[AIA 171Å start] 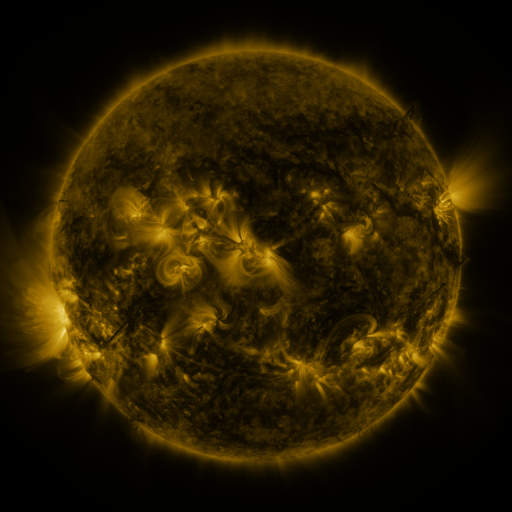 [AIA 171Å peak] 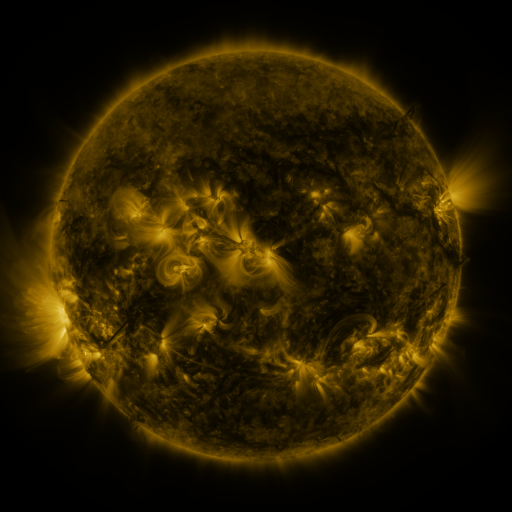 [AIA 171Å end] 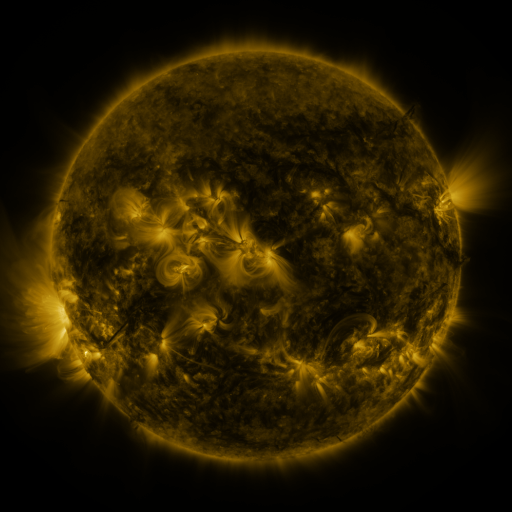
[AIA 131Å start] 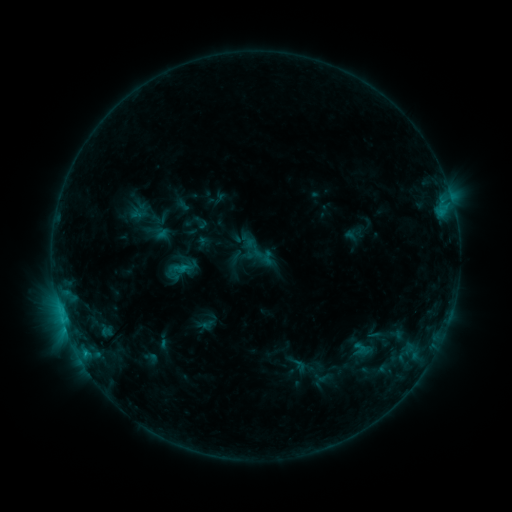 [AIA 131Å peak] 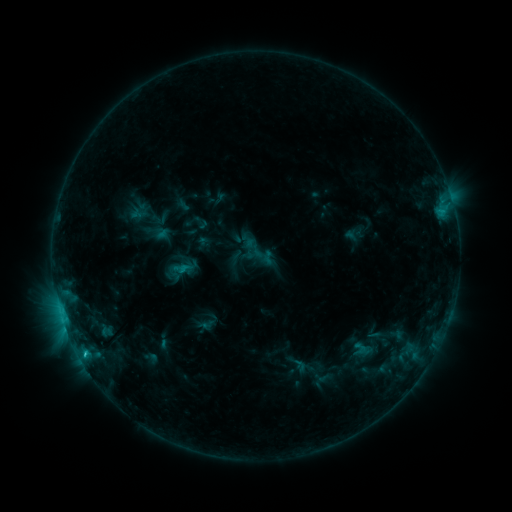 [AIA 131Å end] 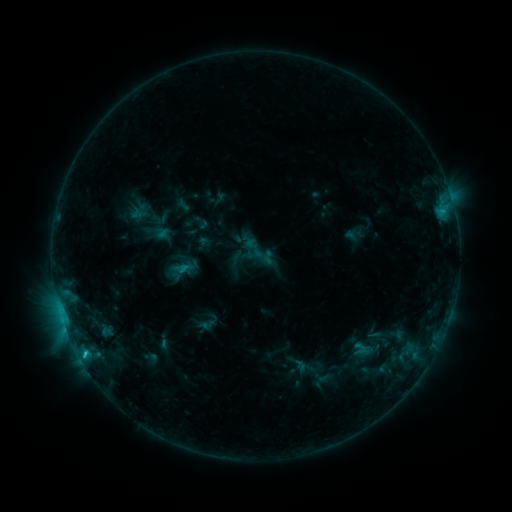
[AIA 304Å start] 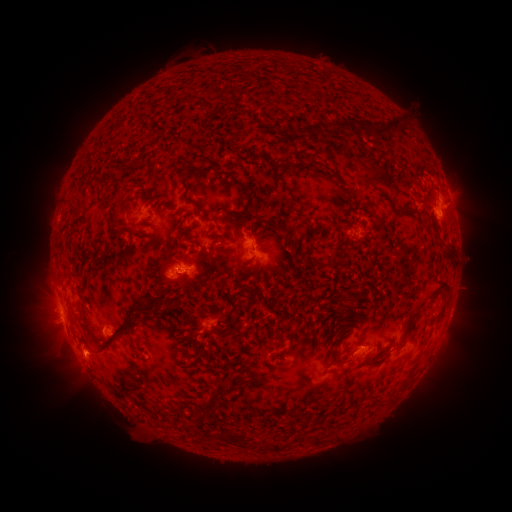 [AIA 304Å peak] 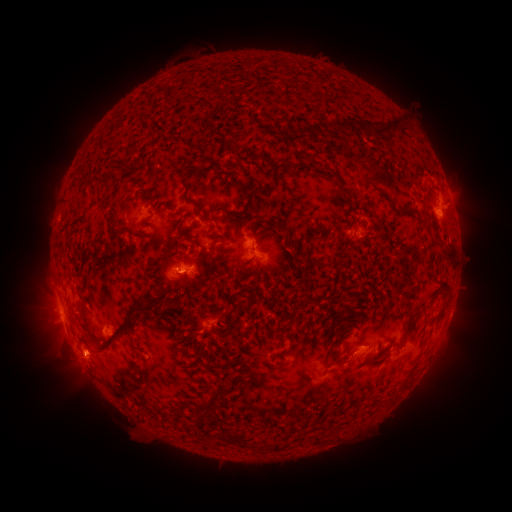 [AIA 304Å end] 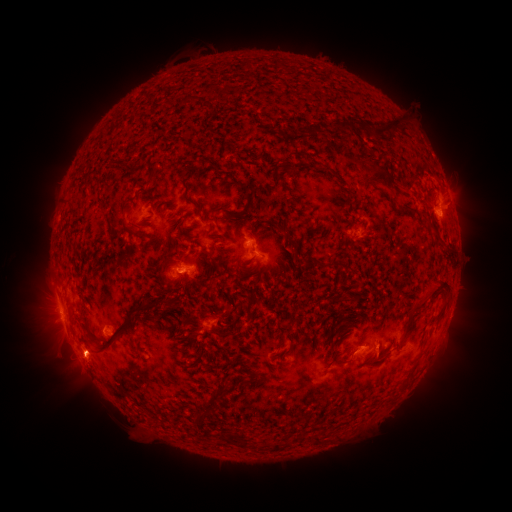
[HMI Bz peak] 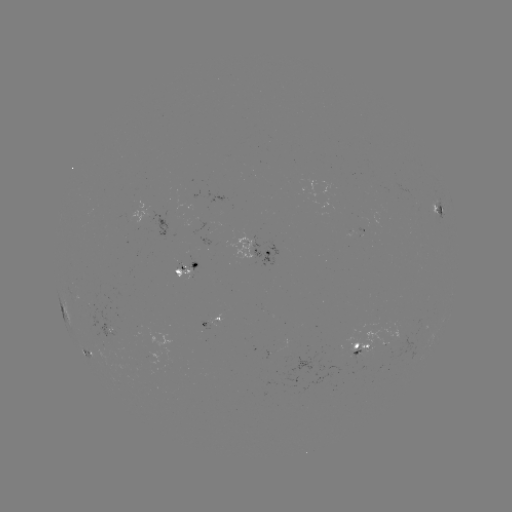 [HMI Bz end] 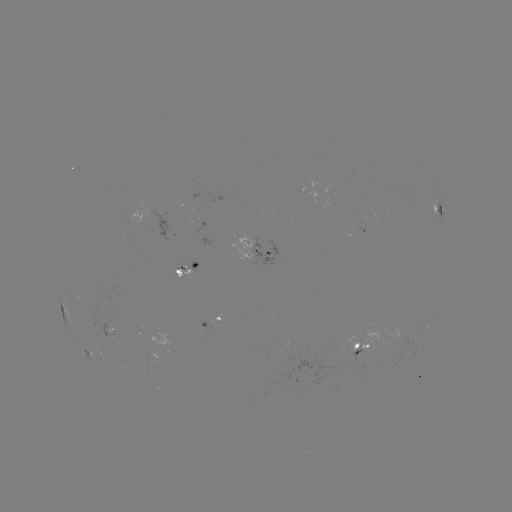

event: flare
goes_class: C1.7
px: (85, 352)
